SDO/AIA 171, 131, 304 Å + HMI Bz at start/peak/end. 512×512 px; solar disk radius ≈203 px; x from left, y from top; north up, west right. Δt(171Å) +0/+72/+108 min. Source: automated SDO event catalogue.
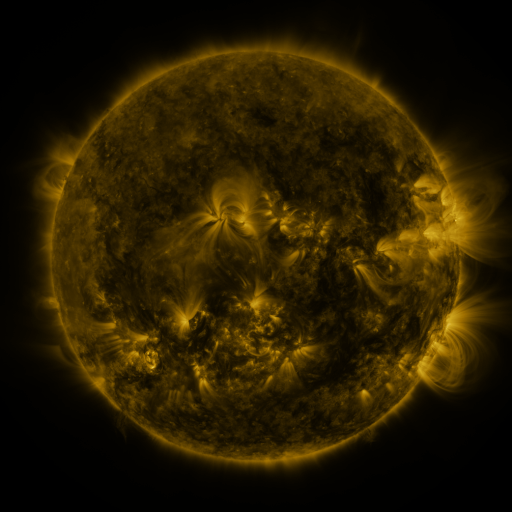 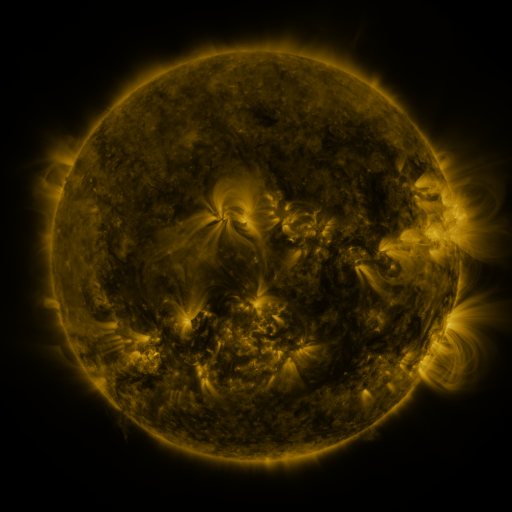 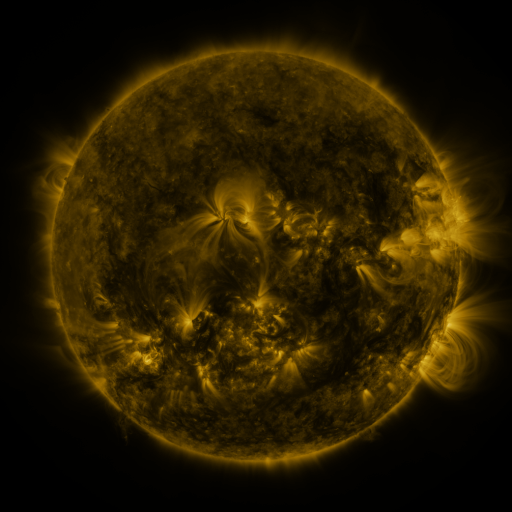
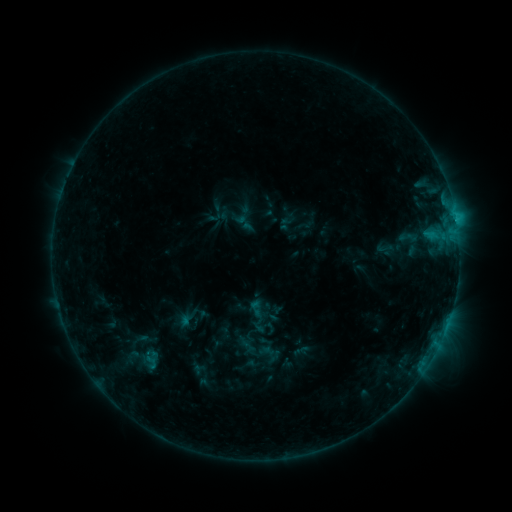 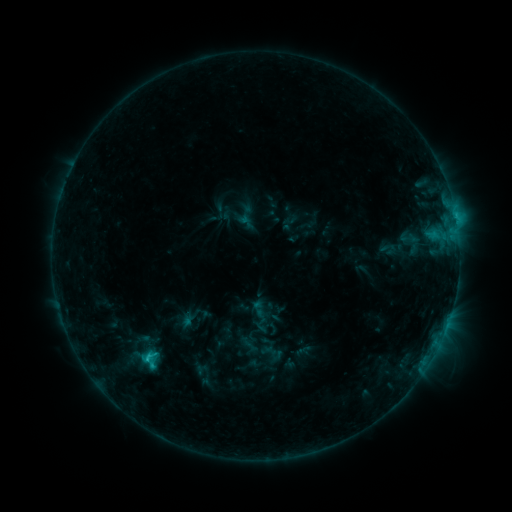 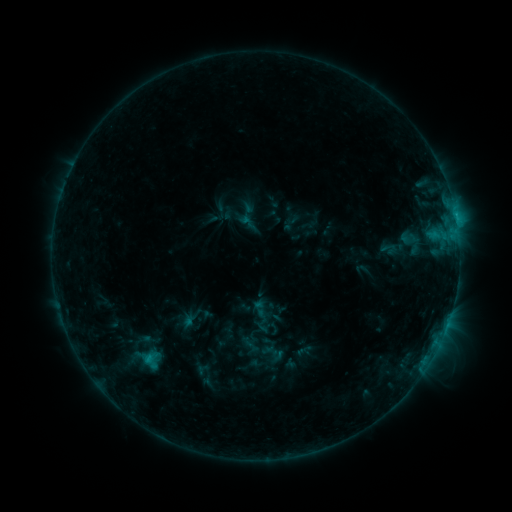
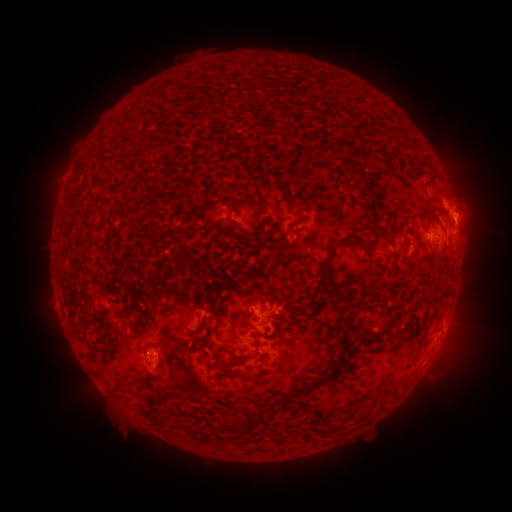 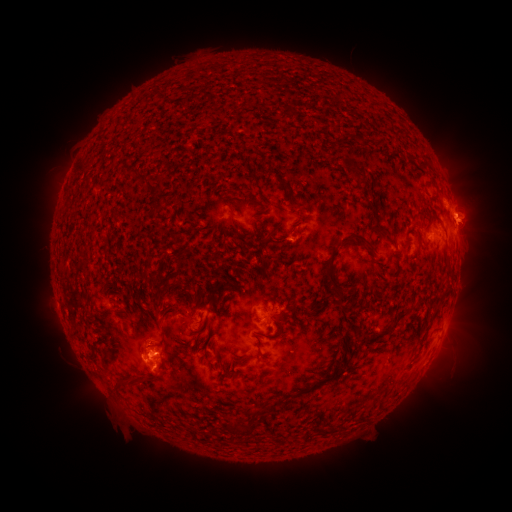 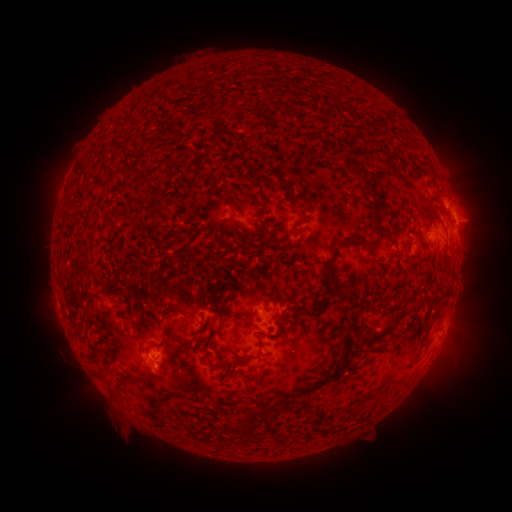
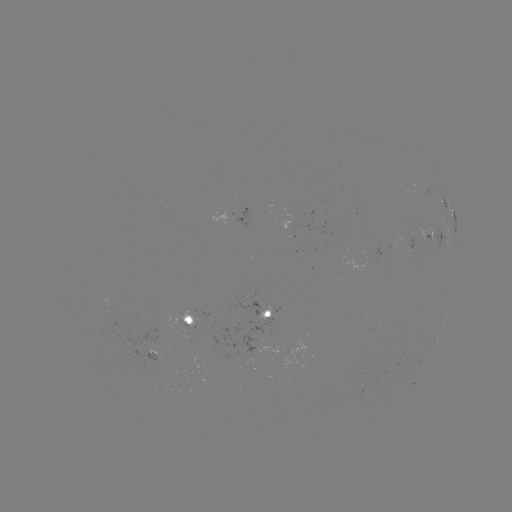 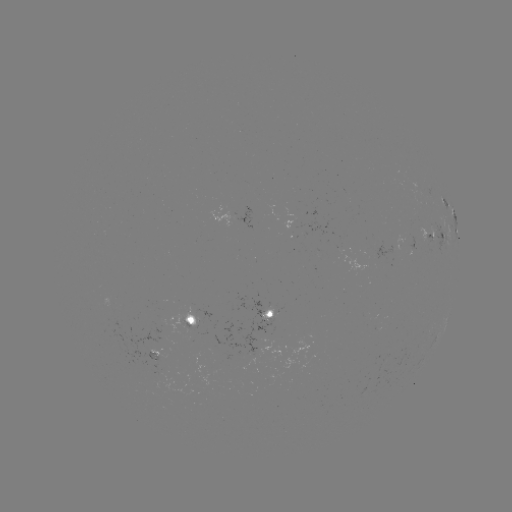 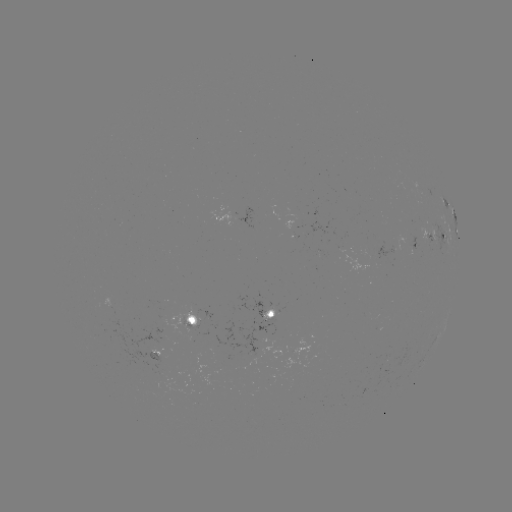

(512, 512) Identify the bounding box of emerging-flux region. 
[143, 347, 172, 372].